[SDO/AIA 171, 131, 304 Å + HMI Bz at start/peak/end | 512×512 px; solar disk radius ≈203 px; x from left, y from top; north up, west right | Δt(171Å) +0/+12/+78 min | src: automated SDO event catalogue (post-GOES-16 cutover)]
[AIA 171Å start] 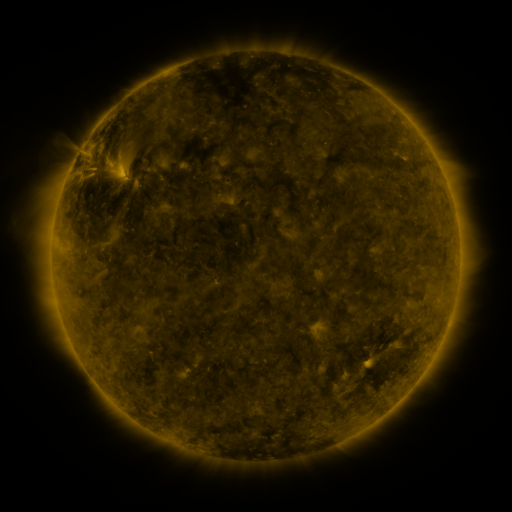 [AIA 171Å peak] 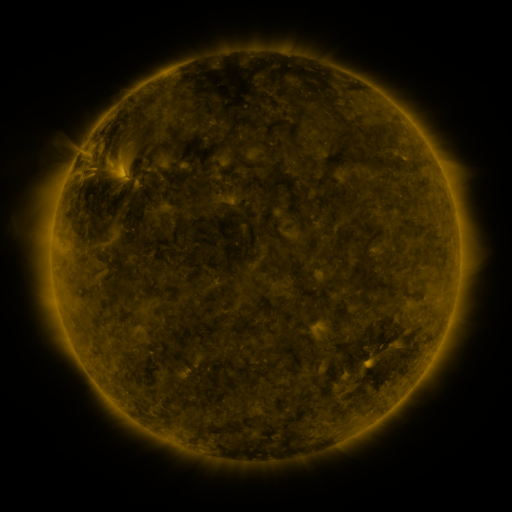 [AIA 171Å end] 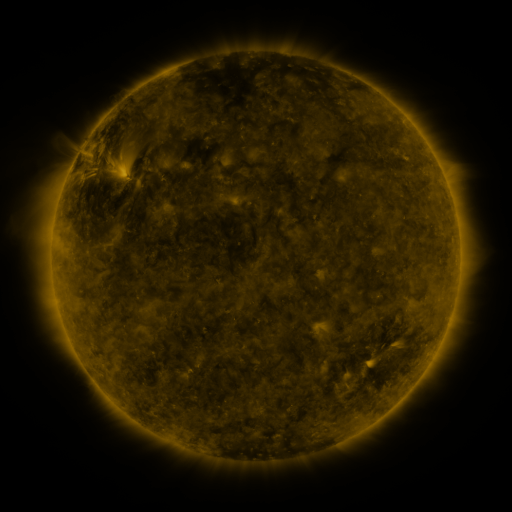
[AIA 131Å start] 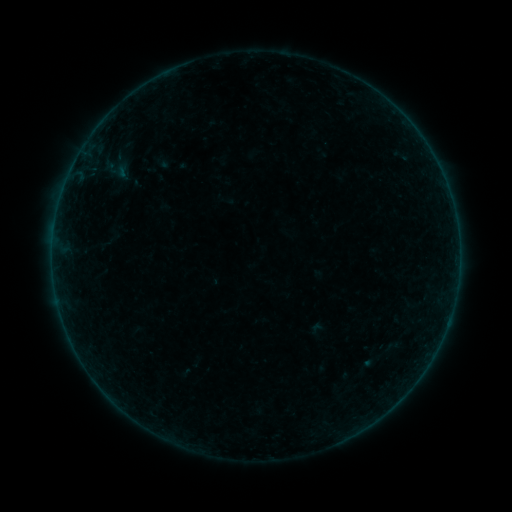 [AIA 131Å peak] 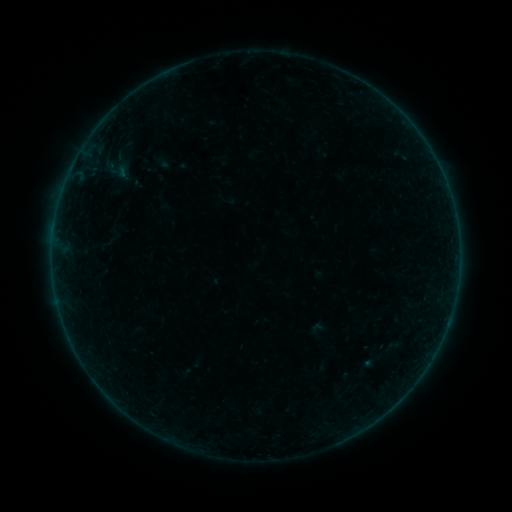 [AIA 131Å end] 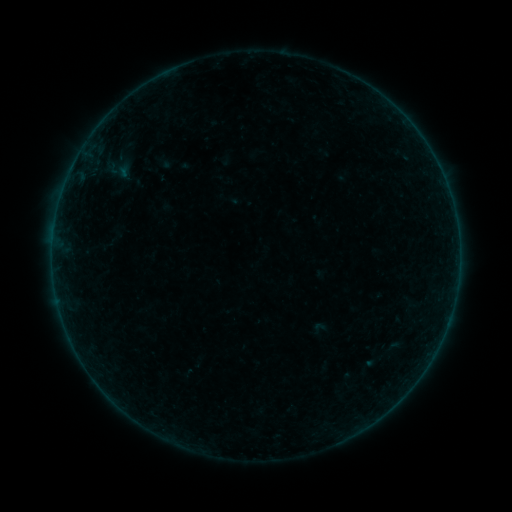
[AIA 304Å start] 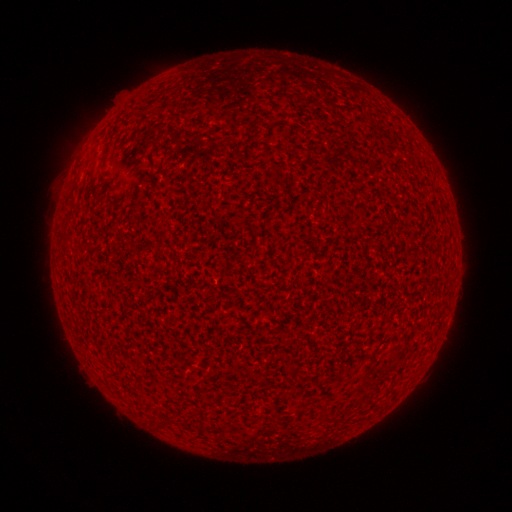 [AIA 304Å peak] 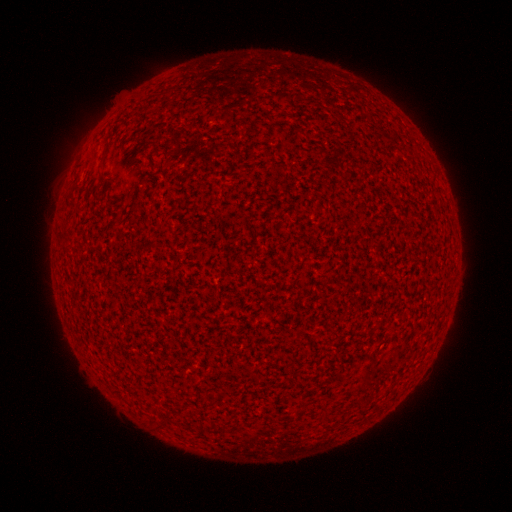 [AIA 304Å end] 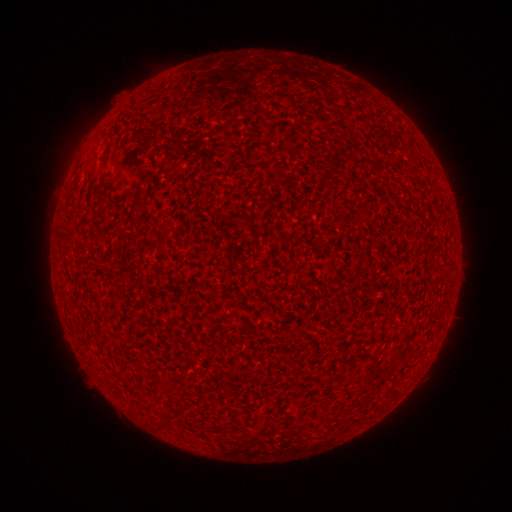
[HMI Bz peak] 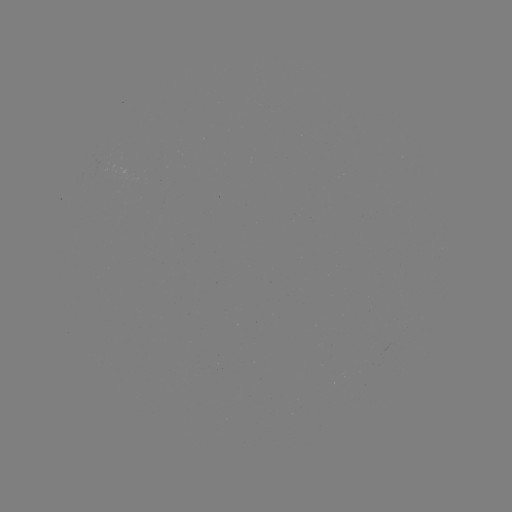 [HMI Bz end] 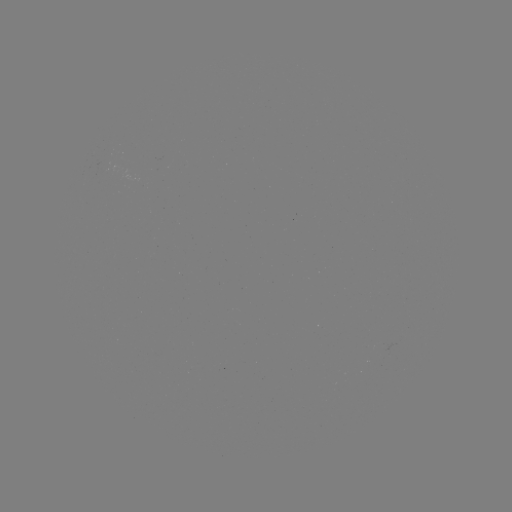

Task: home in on A2.9 flare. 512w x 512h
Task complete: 448,319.